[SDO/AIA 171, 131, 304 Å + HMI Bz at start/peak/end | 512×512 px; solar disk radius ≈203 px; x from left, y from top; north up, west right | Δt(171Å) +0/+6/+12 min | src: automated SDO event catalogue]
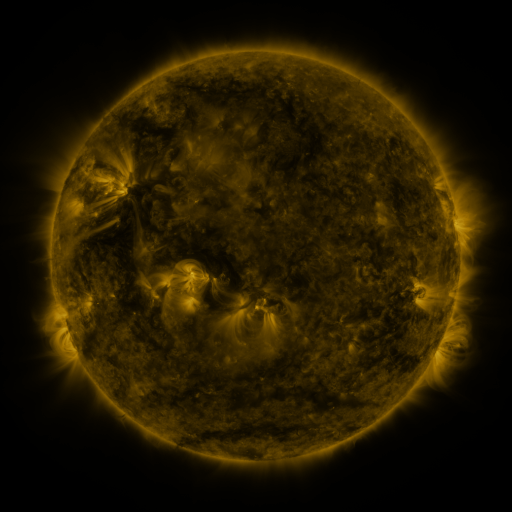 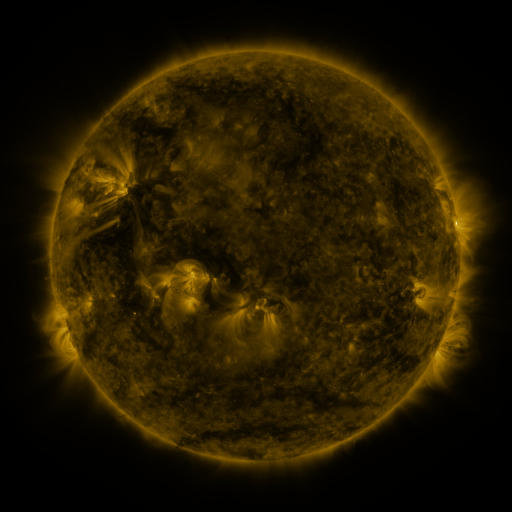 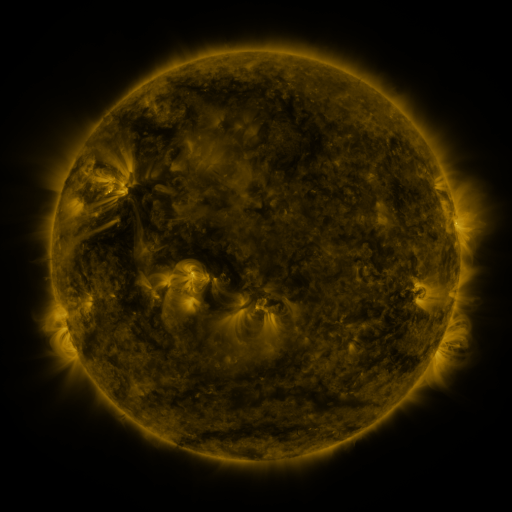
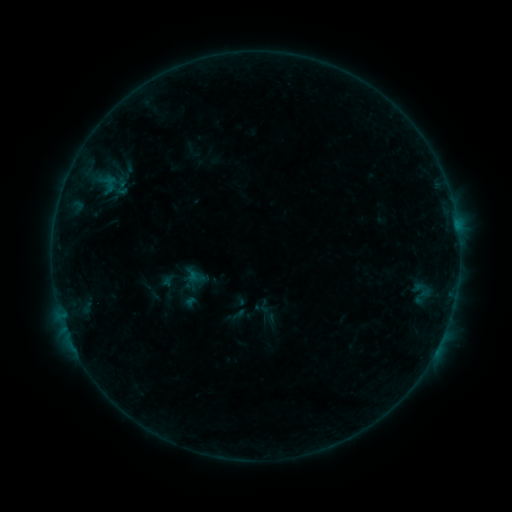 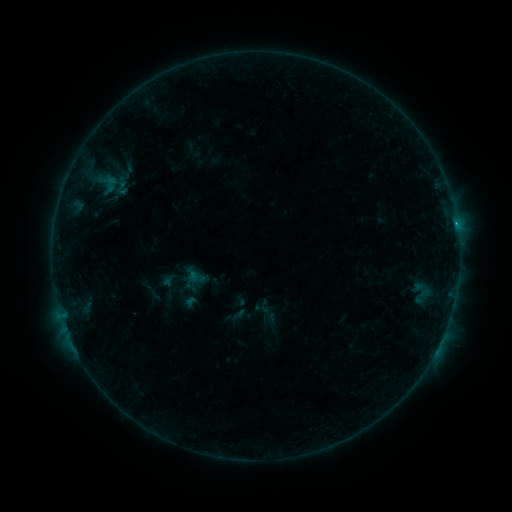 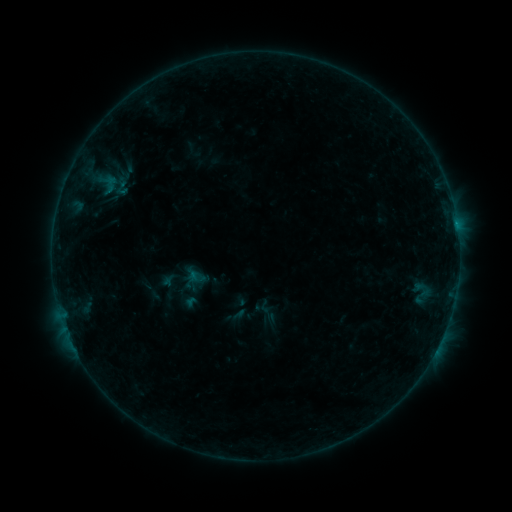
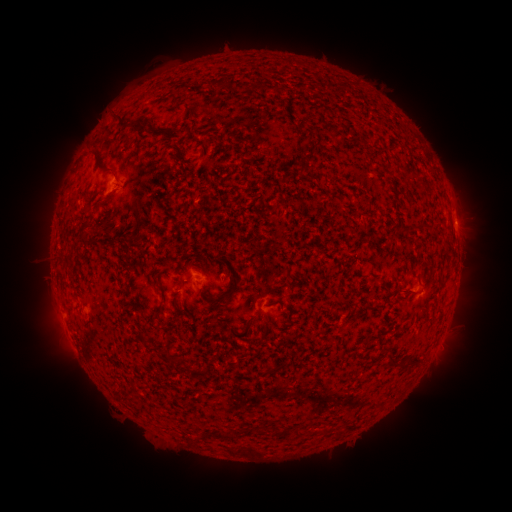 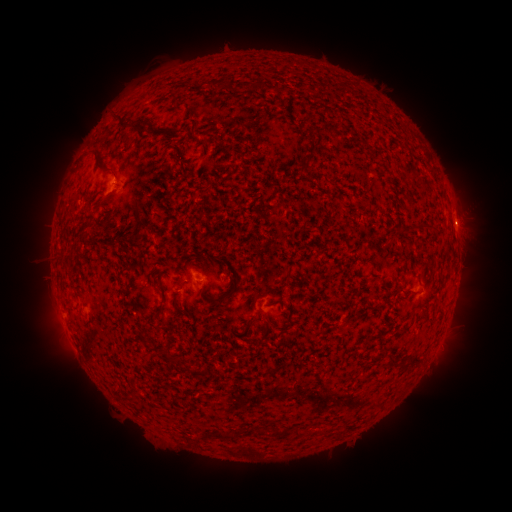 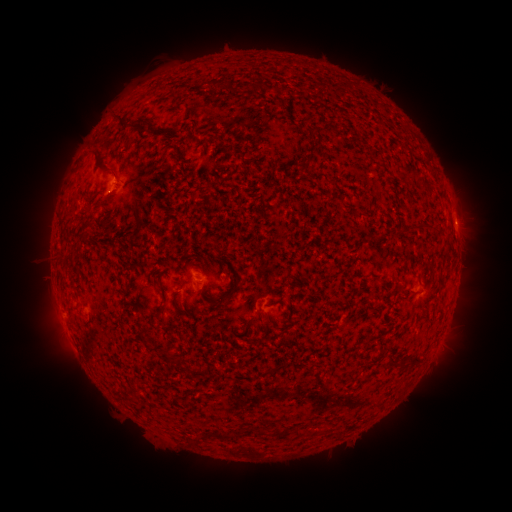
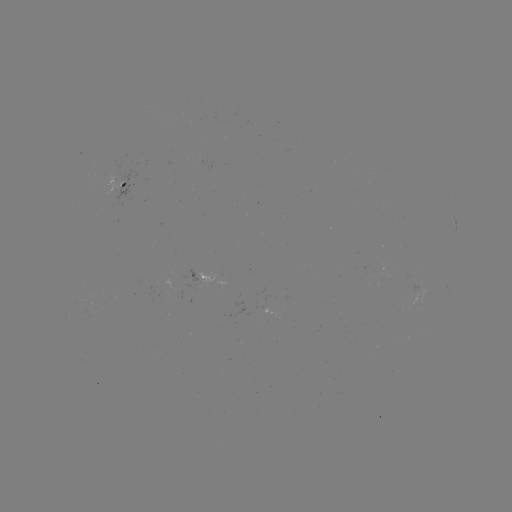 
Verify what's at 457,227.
B2.8 flare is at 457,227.